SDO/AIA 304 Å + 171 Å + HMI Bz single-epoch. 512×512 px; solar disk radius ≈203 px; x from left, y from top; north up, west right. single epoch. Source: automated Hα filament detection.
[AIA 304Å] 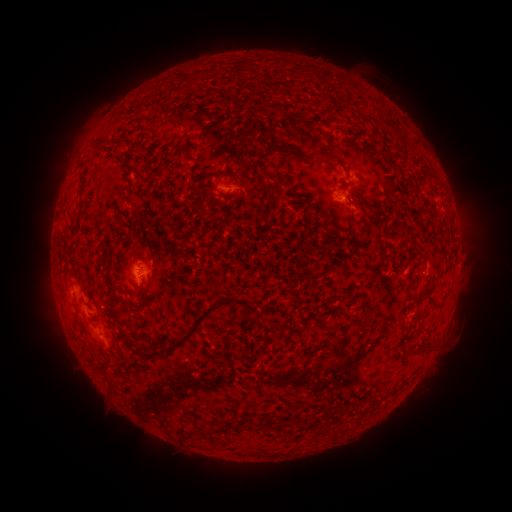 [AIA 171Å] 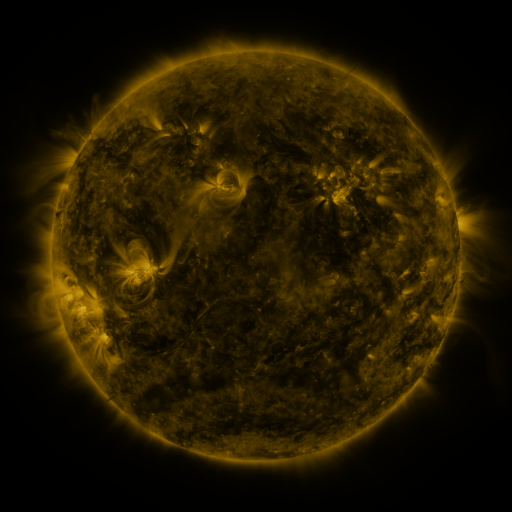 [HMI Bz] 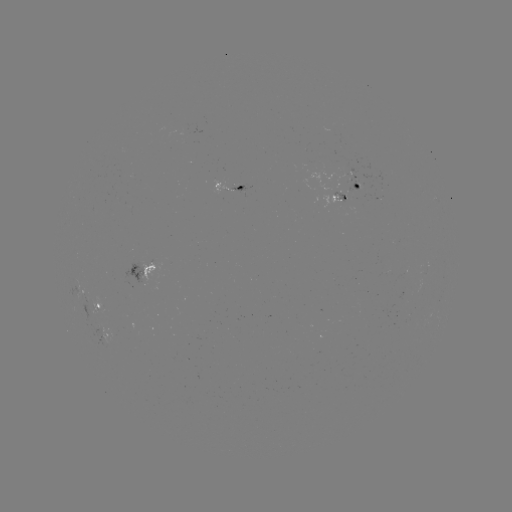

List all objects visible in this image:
filament: (184, 75, 197, 86)
filament: (168, 119, 178, 128)
filament: (257, 141, 283, 158)
filament: (180, 147, 192, 160)
filament: (113, 153, 124, 165)
filament: (233, 185, 243, 202)
filament: (360, 216, 368, 227)
filament: (101, 250, 111, 274)
filament: (422, 285, 433, 296)
filament: (140, 294, 238, 360)
filament: (415, 311, 425, 319)
filament: (124, 335, 137, 351)
filament: (220, 424, 229, 433)
